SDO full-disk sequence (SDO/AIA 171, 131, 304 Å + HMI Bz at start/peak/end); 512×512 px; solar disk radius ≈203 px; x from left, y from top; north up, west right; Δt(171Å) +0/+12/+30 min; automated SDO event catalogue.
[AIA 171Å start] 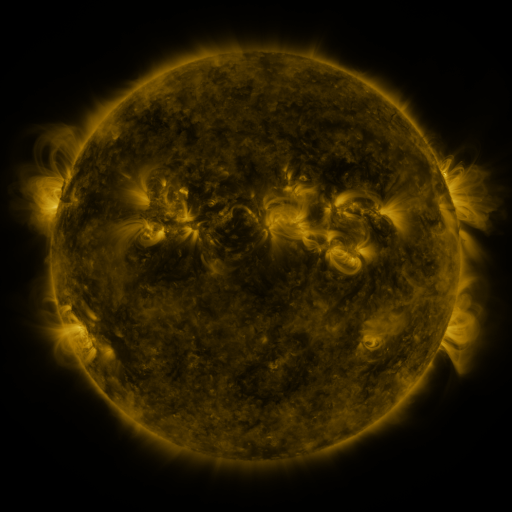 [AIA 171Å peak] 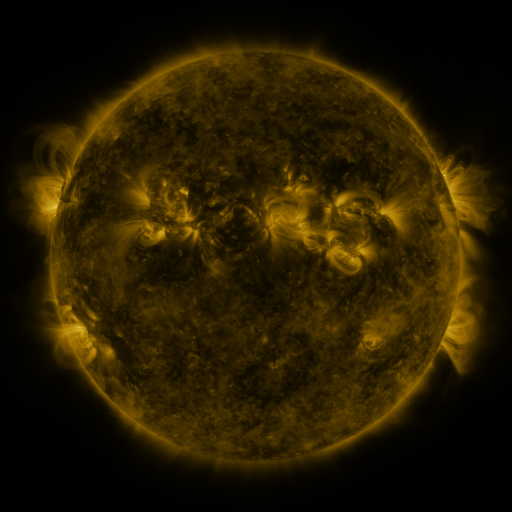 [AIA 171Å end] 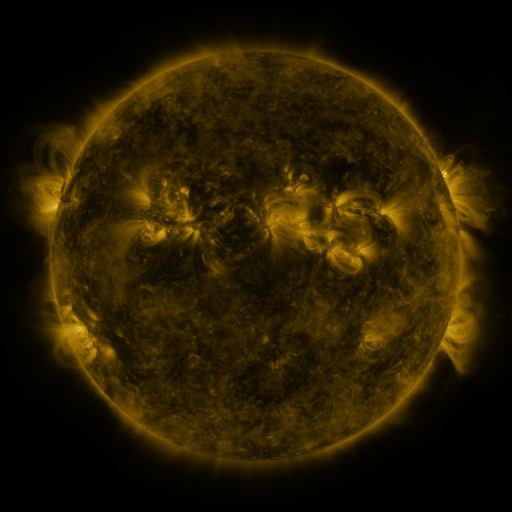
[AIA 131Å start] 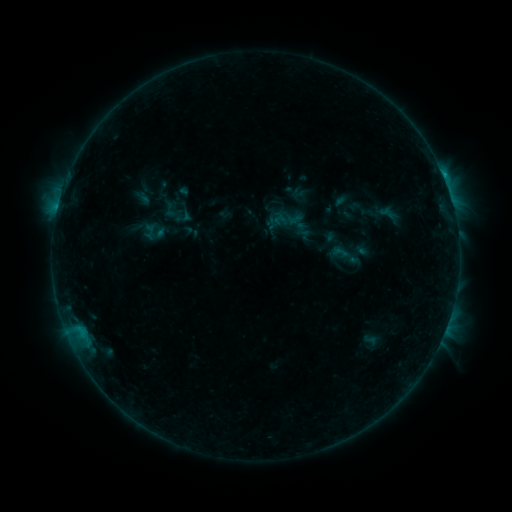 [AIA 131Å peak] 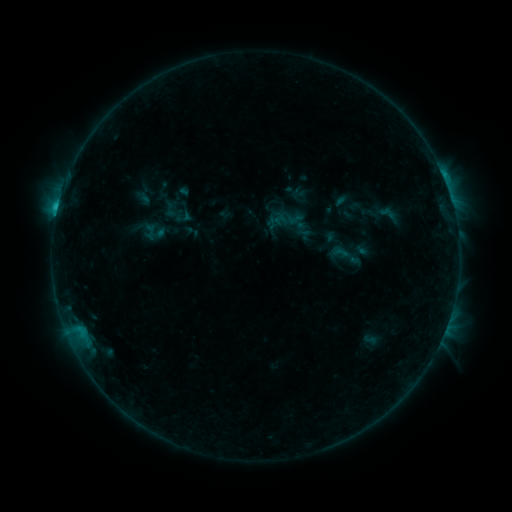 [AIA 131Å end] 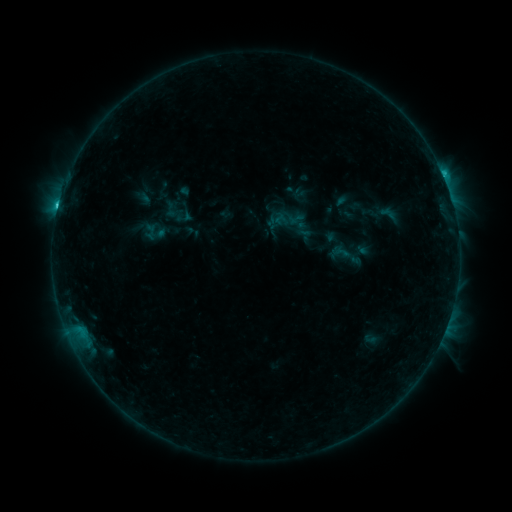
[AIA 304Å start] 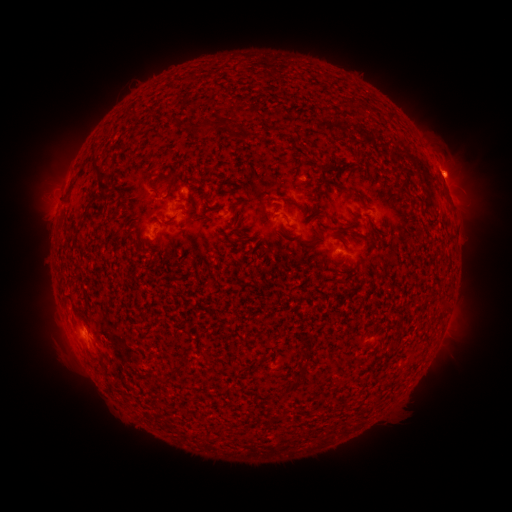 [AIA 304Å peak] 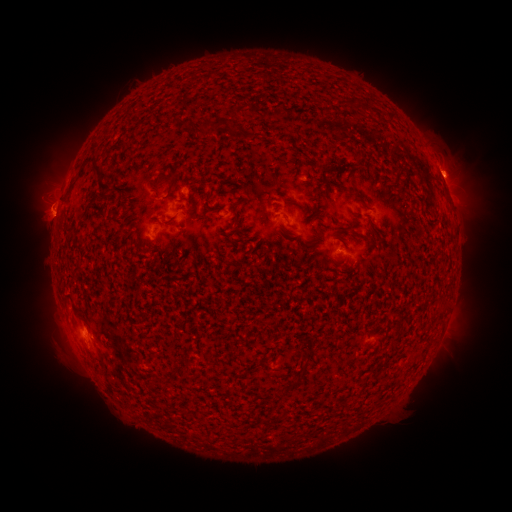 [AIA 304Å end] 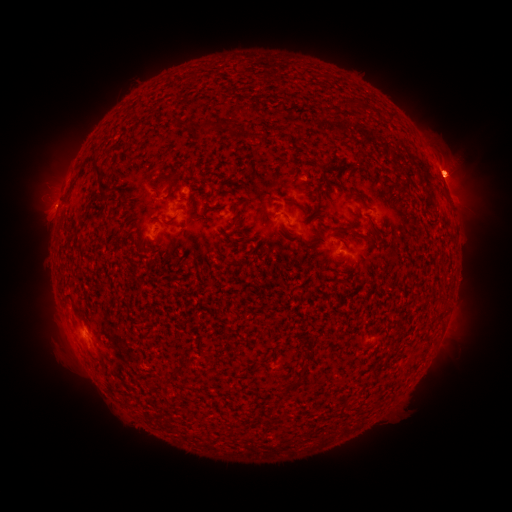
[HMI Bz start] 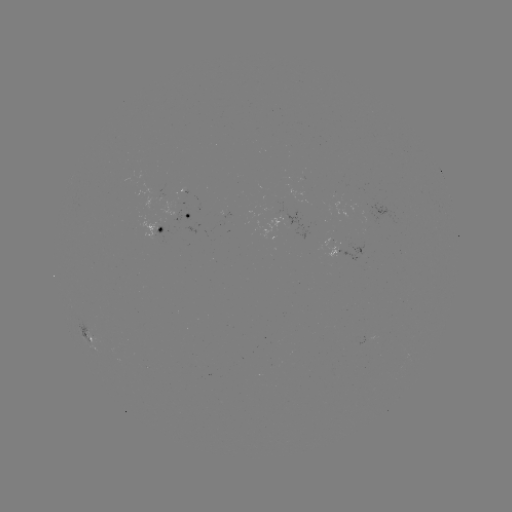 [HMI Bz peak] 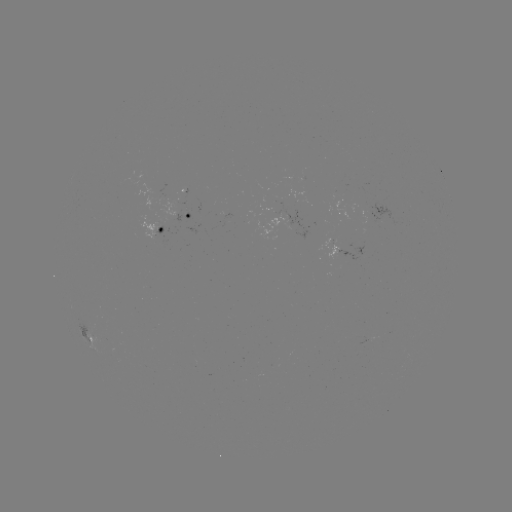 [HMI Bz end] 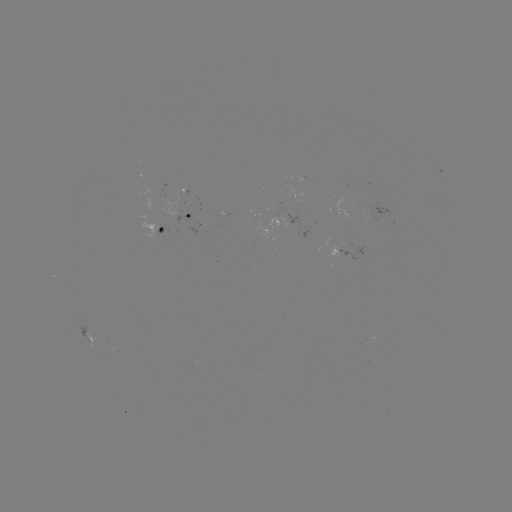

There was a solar flare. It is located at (56, 218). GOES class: C1.8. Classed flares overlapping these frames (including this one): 2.